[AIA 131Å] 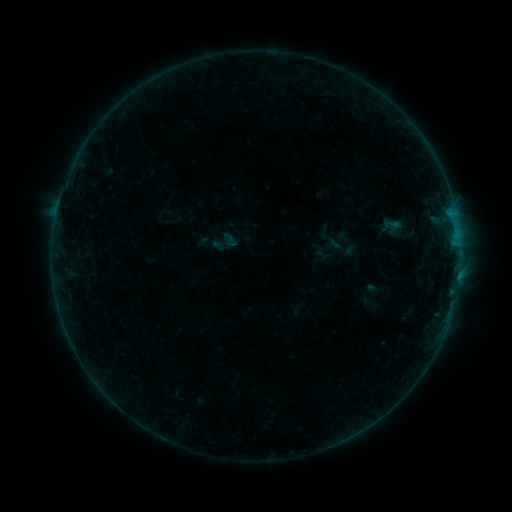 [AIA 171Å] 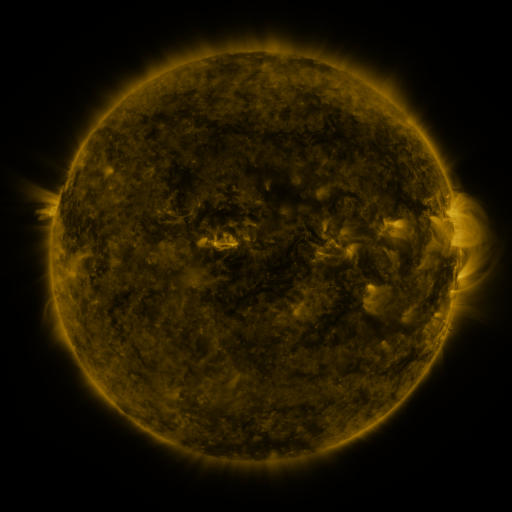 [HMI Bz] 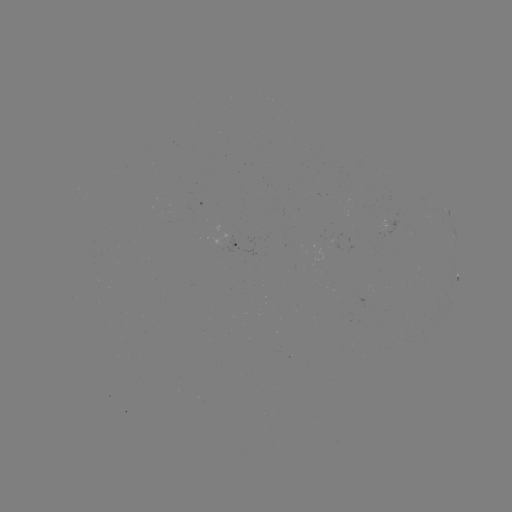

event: sigmoid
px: (225, 241)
